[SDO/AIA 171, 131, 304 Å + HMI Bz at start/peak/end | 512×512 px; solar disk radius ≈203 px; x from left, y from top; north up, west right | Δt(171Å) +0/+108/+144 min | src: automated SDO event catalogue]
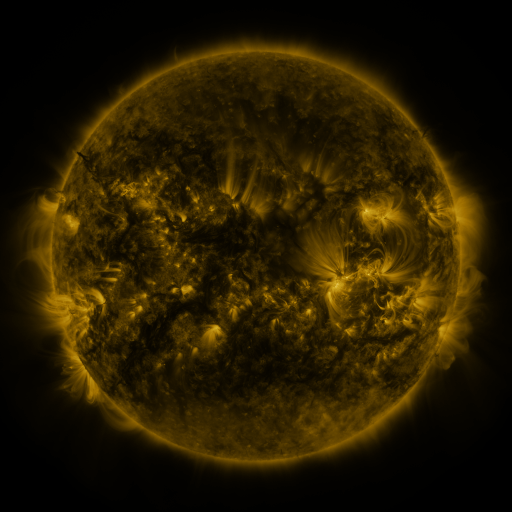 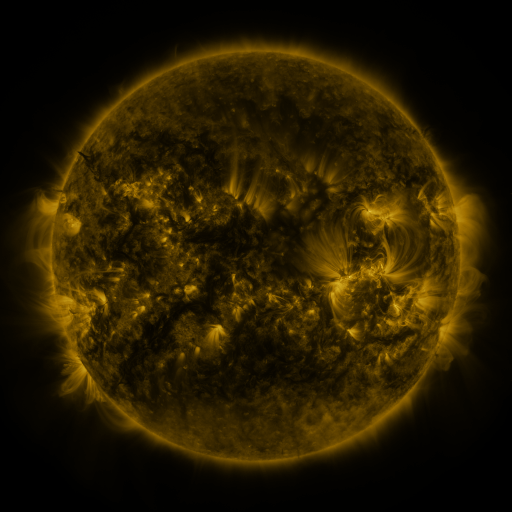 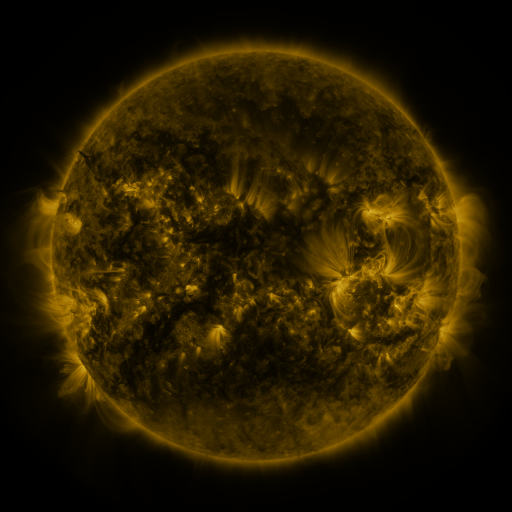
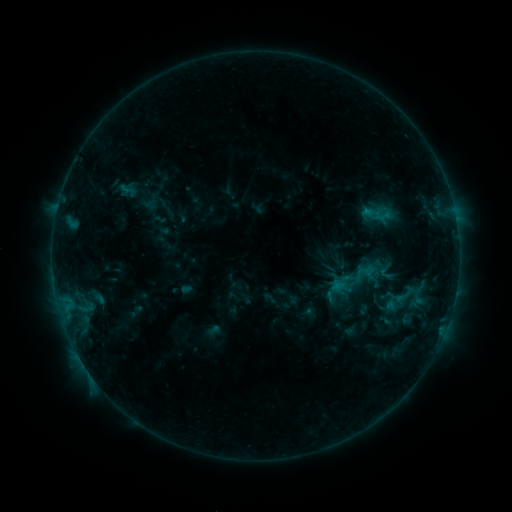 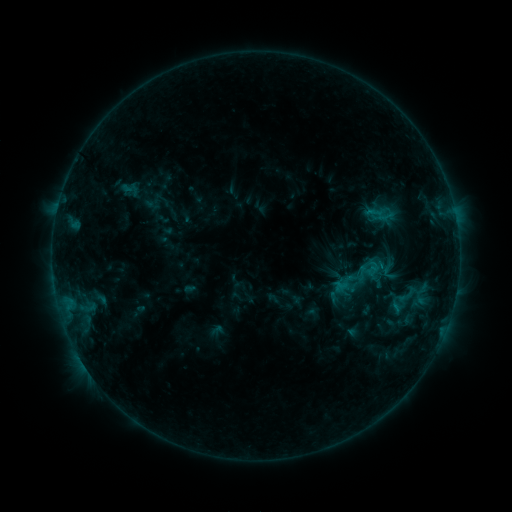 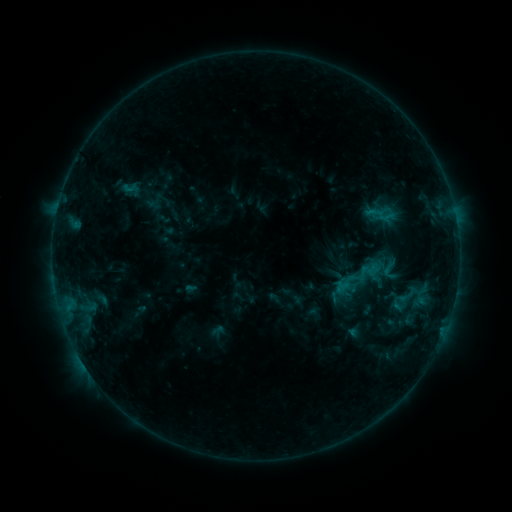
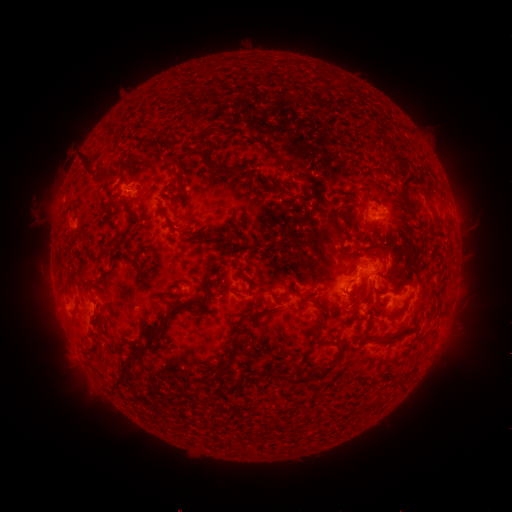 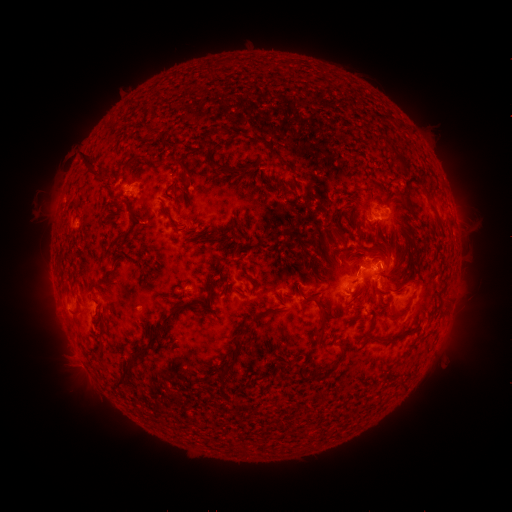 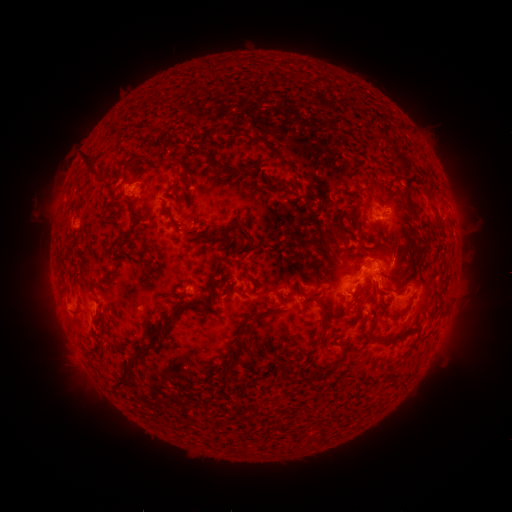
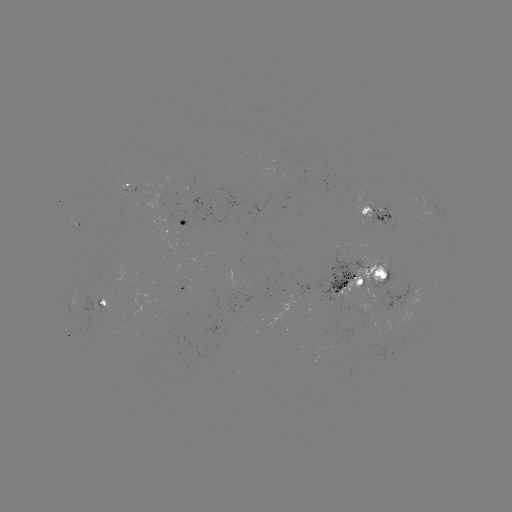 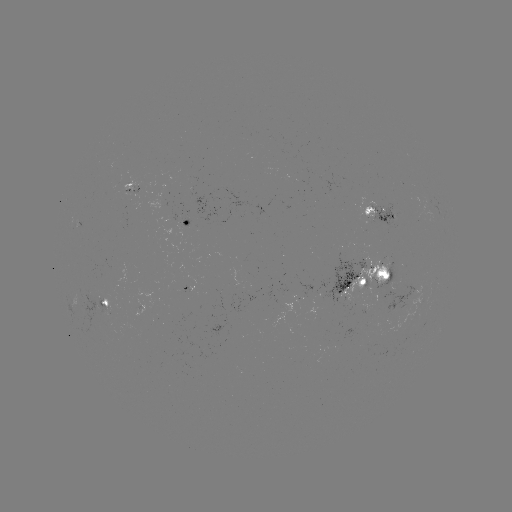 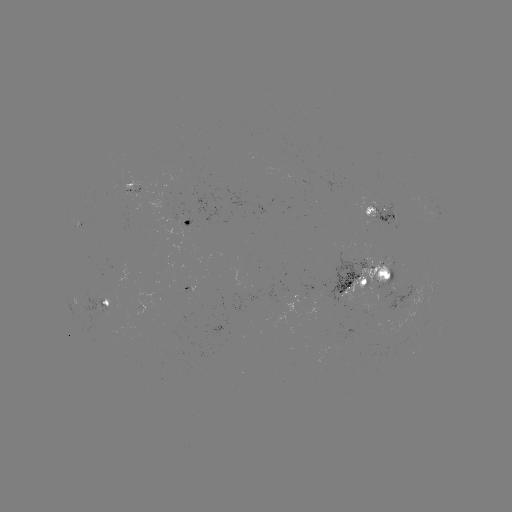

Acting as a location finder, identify emerging-flux region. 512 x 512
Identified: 370,280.